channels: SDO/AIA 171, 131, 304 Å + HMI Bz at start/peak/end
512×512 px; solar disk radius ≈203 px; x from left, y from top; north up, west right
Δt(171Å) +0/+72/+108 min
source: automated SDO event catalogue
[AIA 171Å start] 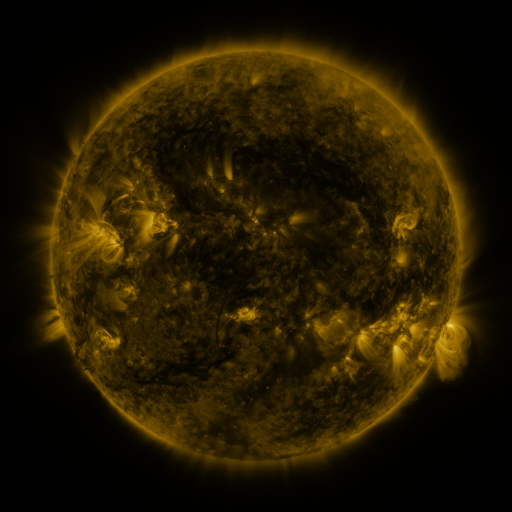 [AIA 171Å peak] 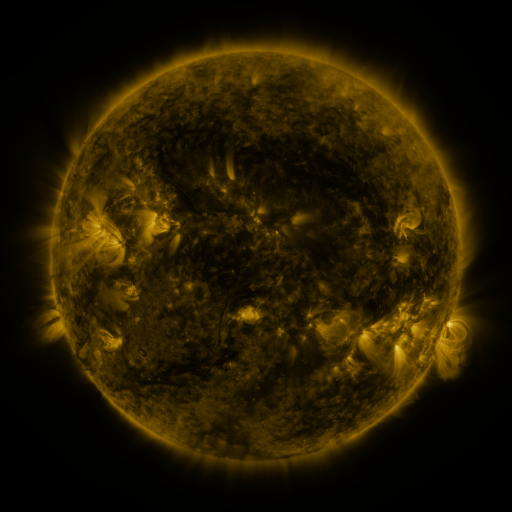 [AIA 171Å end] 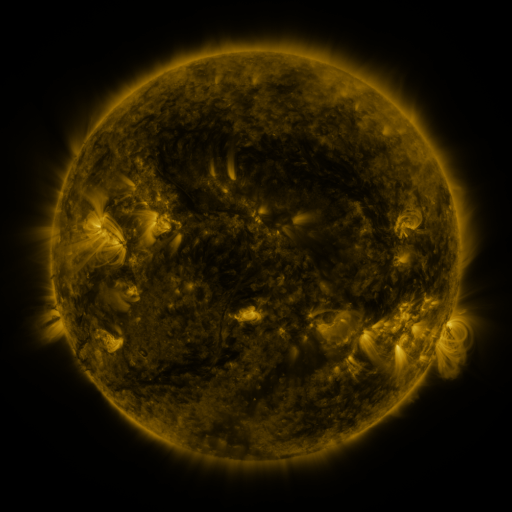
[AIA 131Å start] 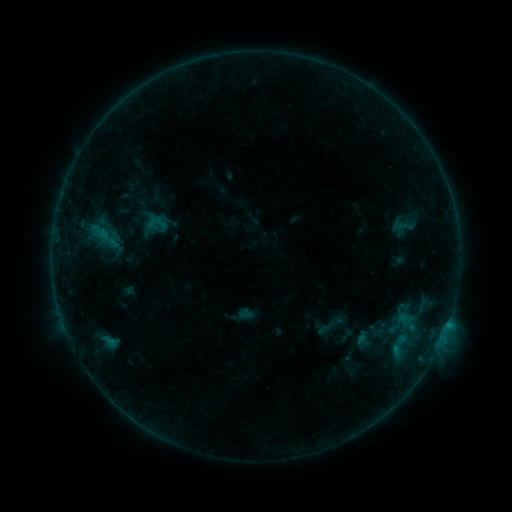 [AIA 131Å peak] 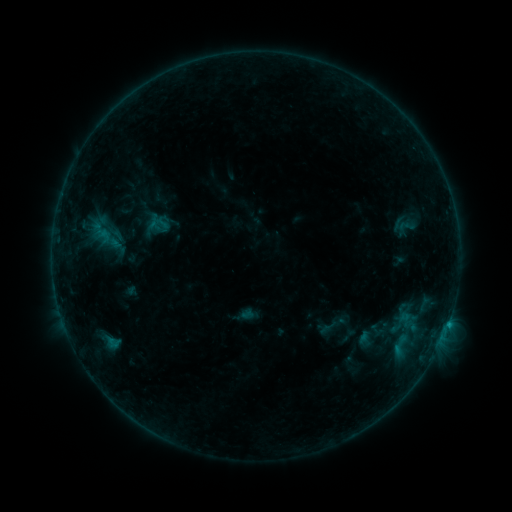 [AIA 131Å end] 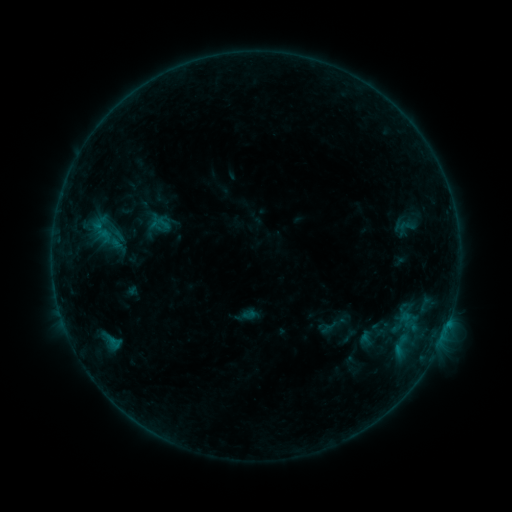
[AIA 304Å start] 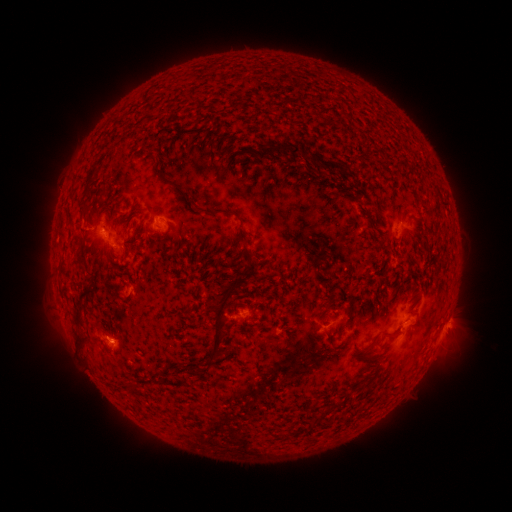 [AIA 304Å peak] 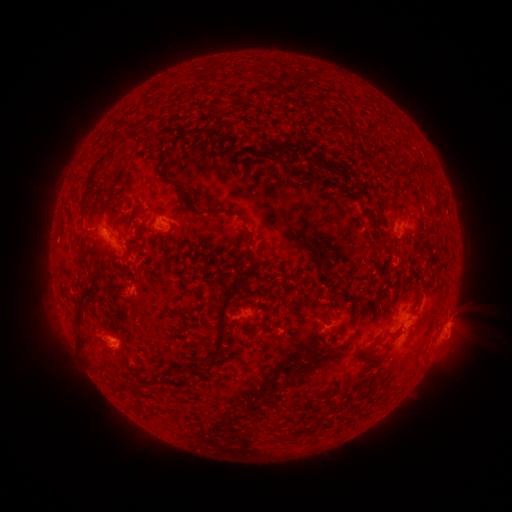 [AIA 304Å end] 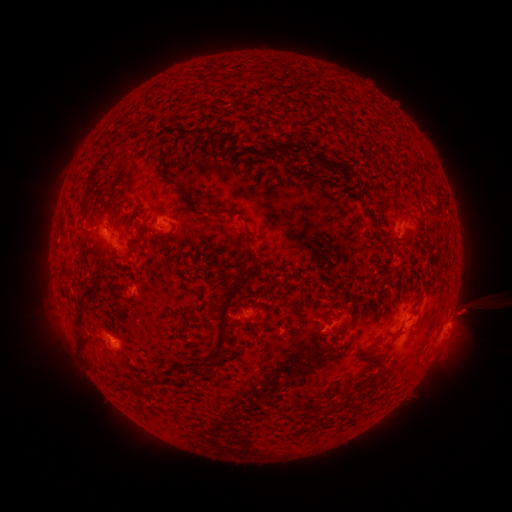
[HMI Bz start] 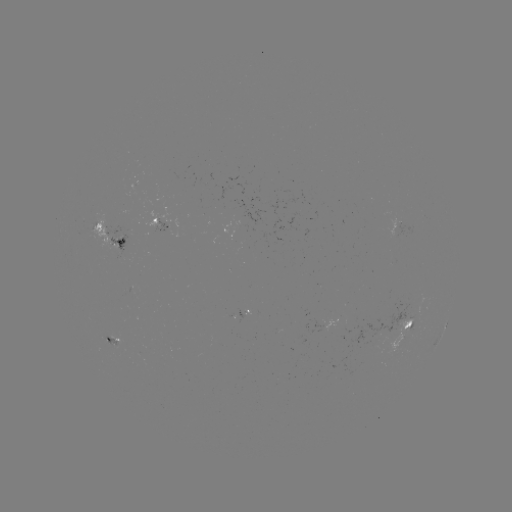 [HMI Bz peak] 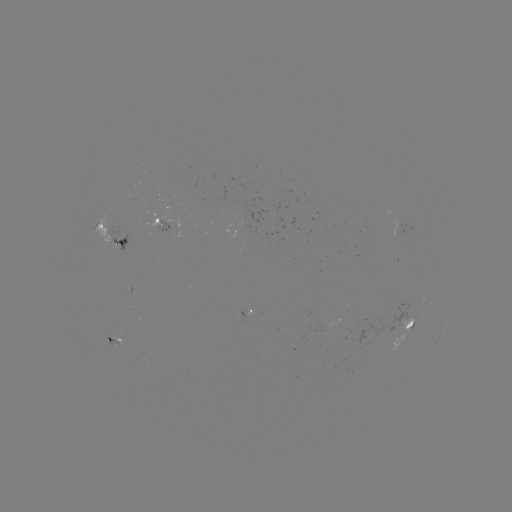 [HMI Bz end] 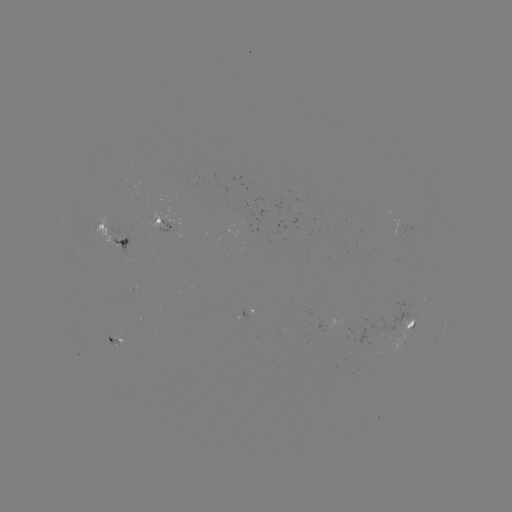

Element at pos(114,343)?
emerging-flux region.